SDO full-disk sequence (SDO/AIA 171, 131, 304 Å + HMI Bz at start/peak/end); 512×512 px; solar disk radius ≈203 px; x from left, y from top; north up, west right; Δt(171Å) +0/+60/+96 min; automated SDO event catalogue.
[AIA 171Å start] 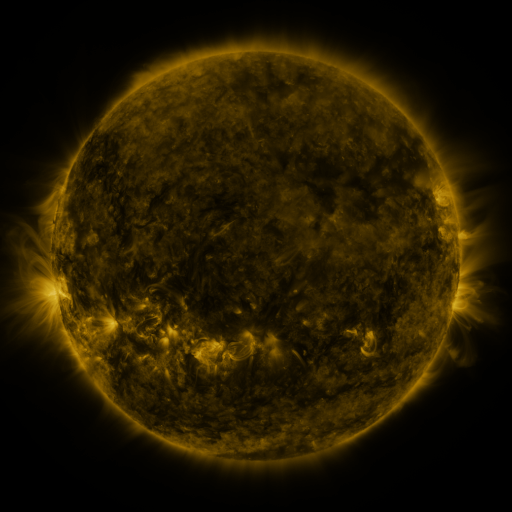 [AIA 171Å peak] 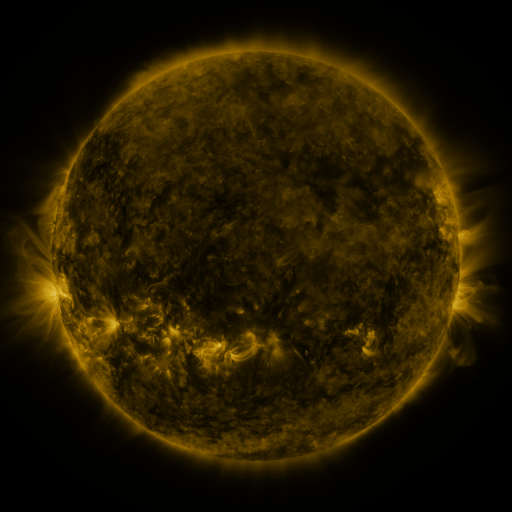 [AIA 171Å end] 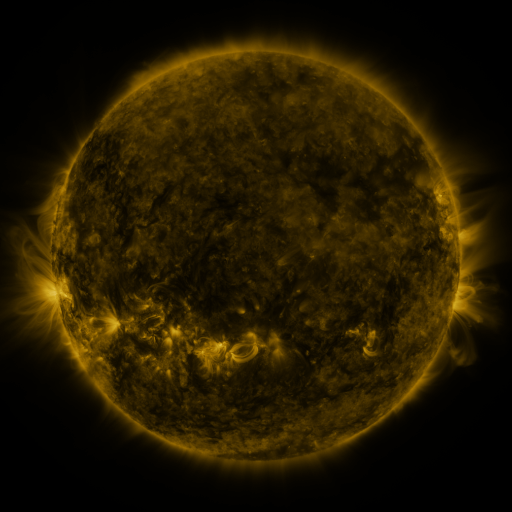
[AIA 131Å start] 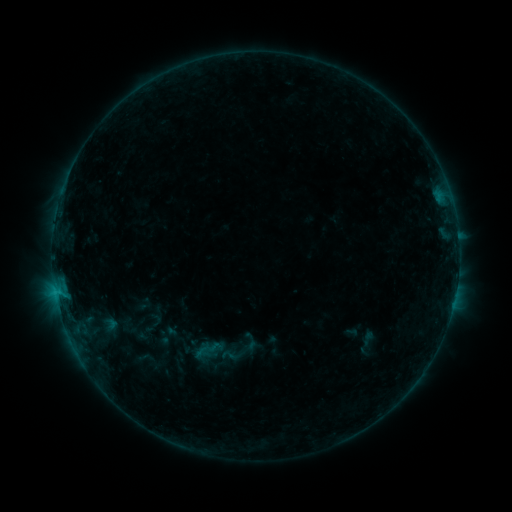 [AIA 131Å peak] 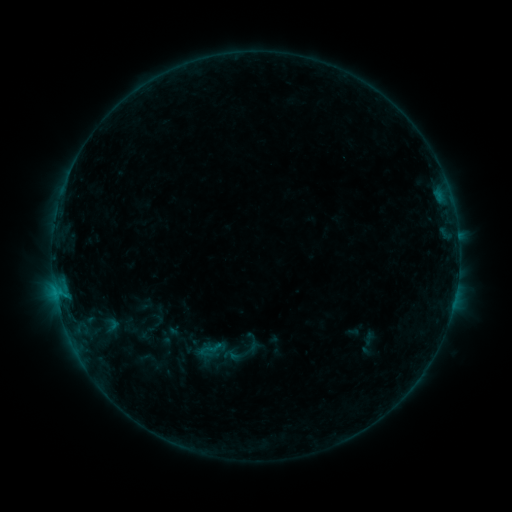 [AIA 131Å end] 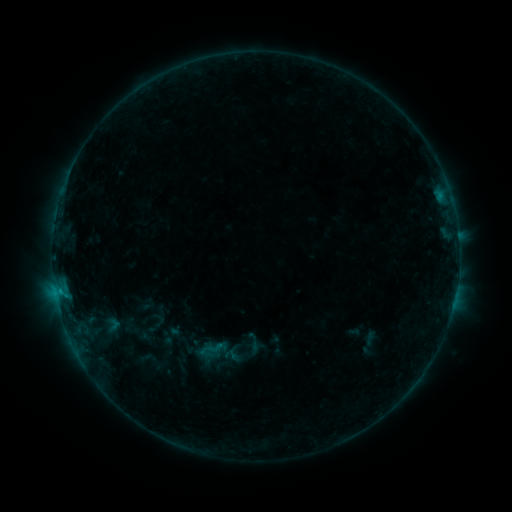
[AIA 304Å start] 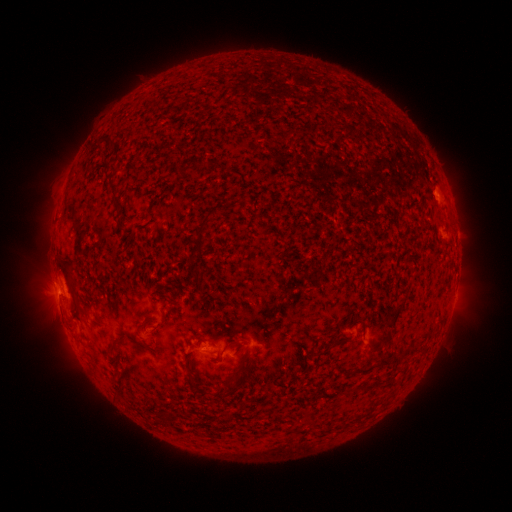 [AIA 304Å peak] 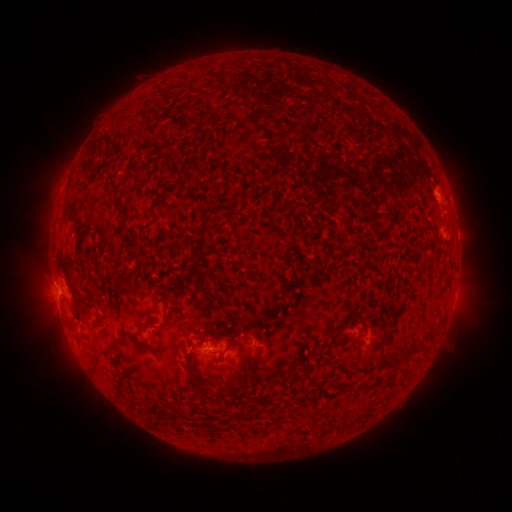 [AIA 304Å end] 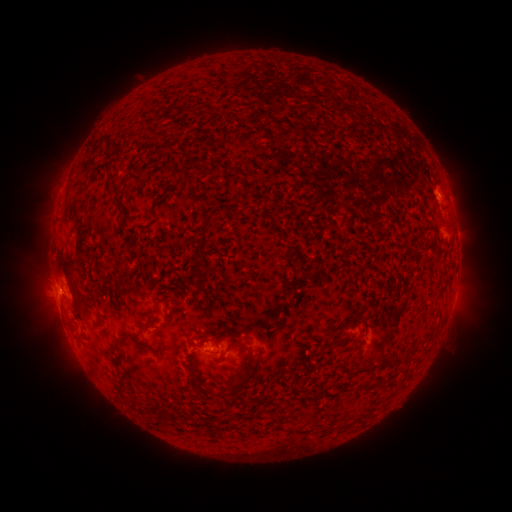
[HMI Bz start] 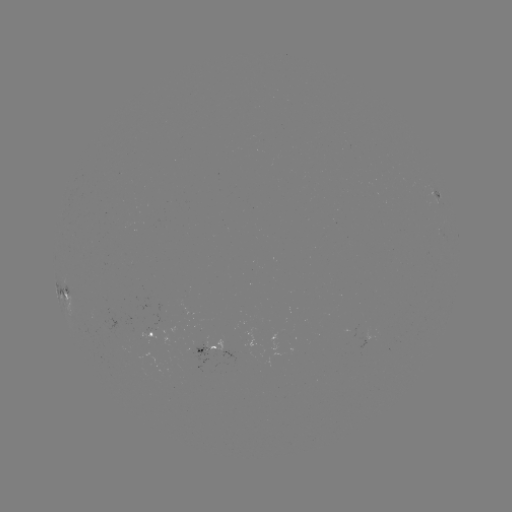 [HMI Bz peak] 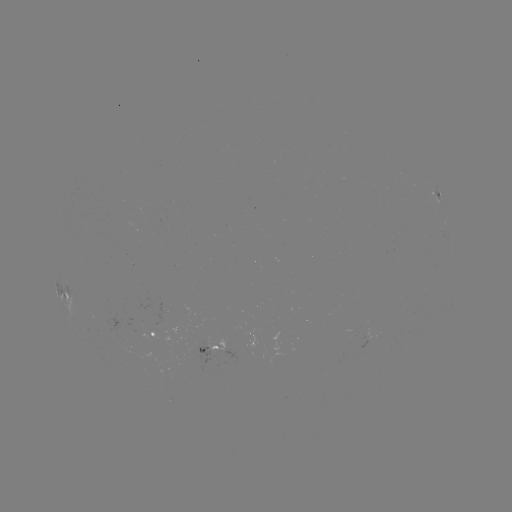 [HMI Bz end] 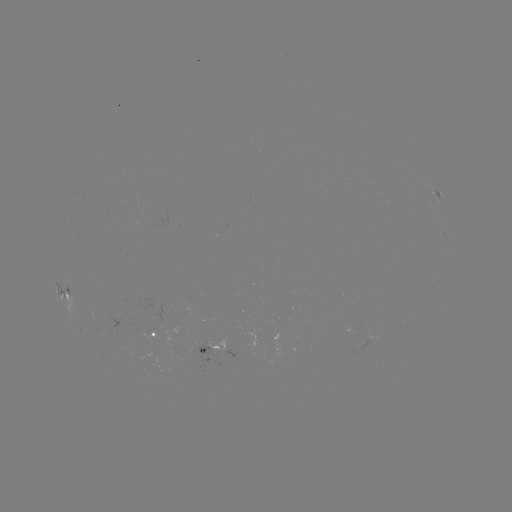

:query emerging-flux region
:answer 217,350